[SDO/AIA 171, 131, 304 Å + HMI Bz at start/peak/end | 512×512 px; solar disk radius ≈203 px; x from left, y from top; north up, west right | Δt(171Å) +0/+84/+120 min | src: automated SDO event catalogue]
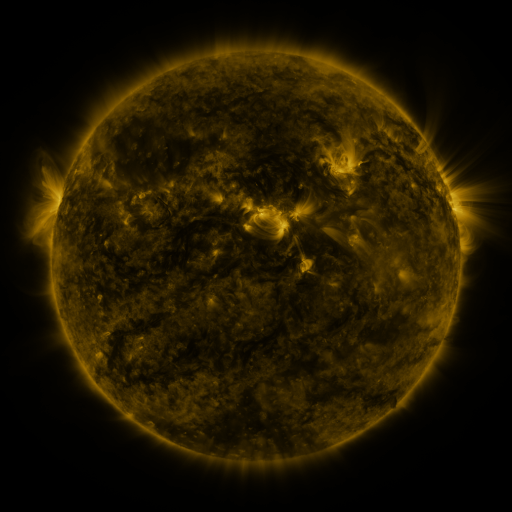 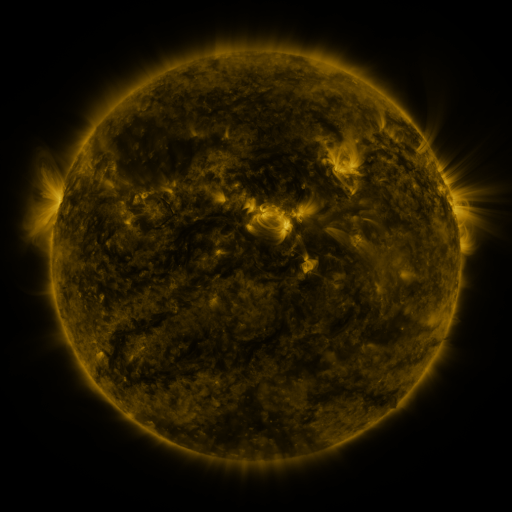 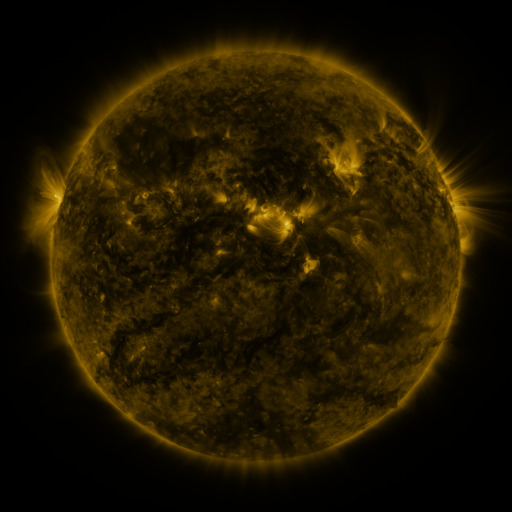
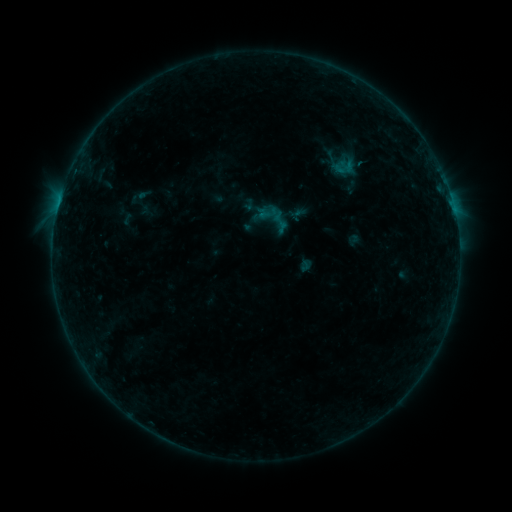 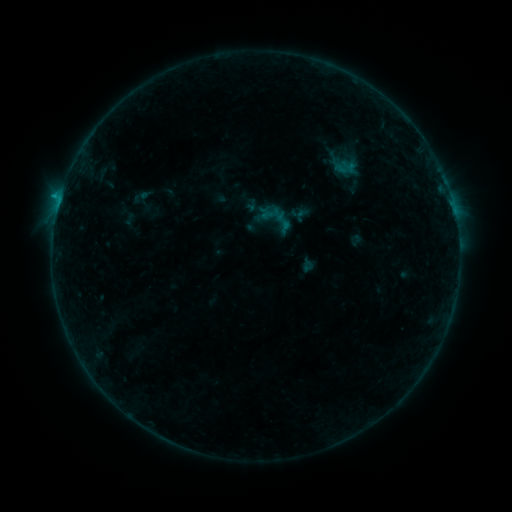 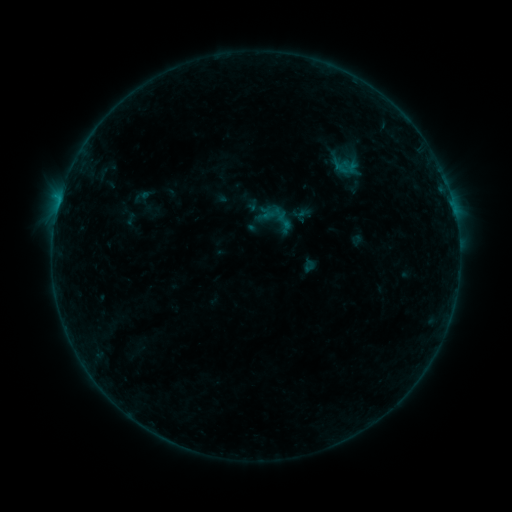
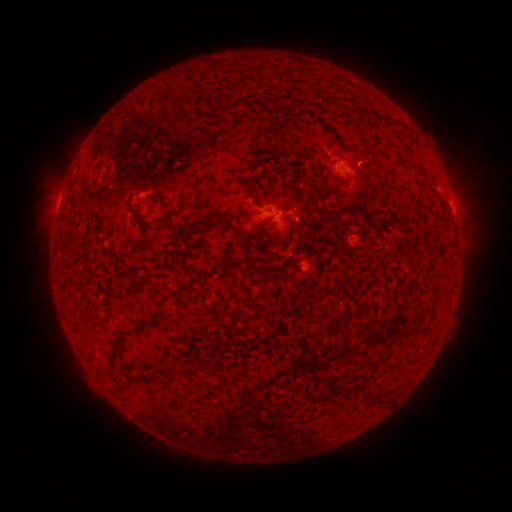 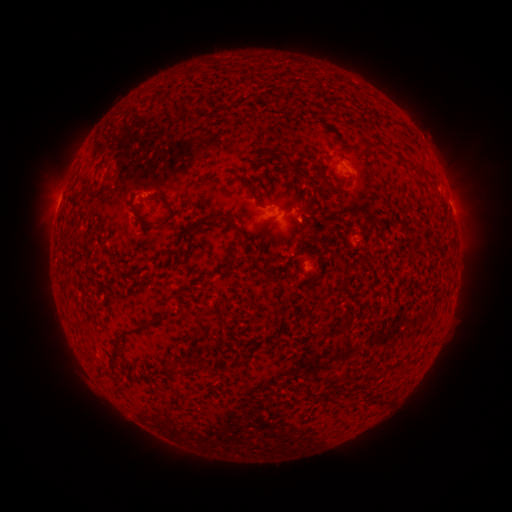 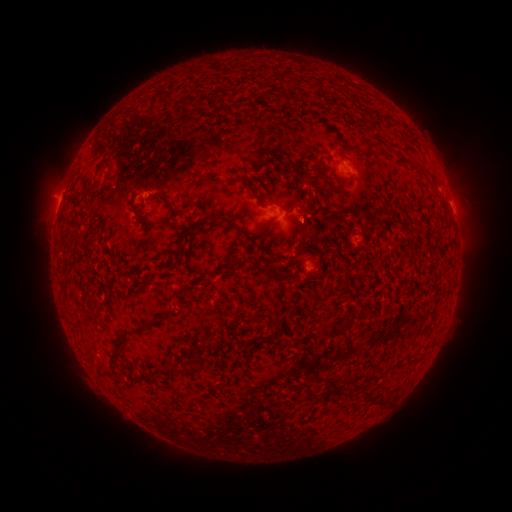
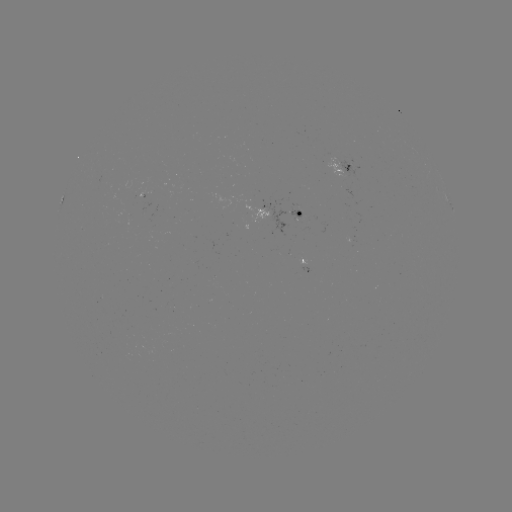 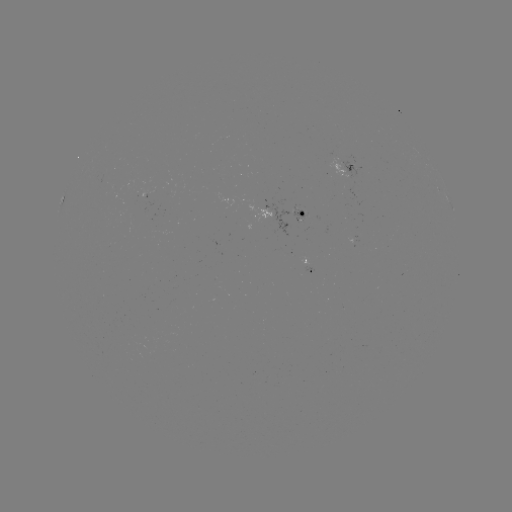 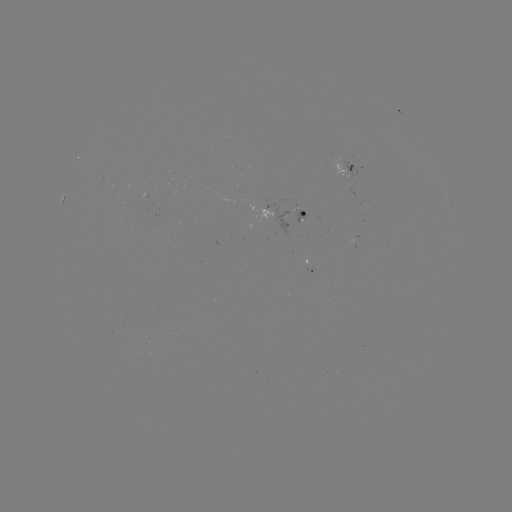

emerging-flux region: [141, 189, 154, 199]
